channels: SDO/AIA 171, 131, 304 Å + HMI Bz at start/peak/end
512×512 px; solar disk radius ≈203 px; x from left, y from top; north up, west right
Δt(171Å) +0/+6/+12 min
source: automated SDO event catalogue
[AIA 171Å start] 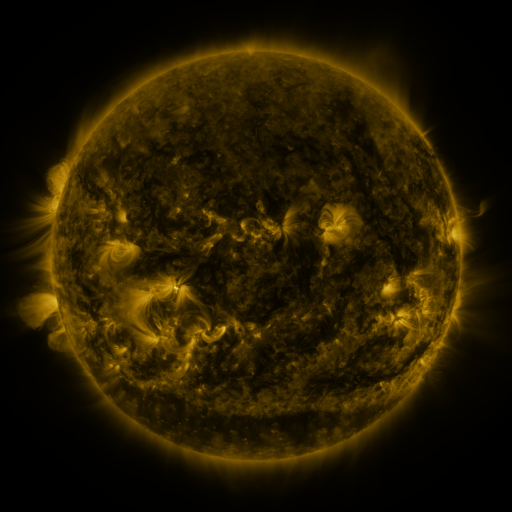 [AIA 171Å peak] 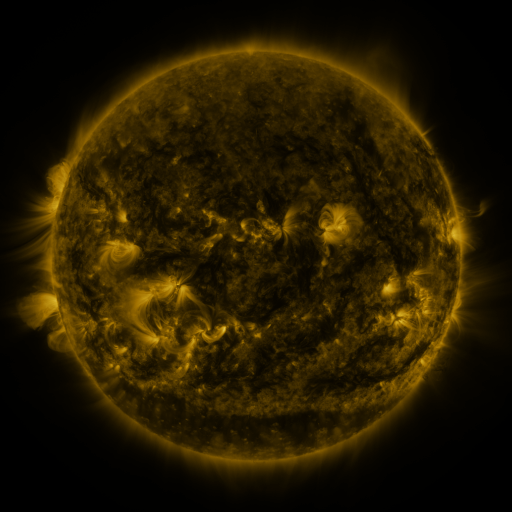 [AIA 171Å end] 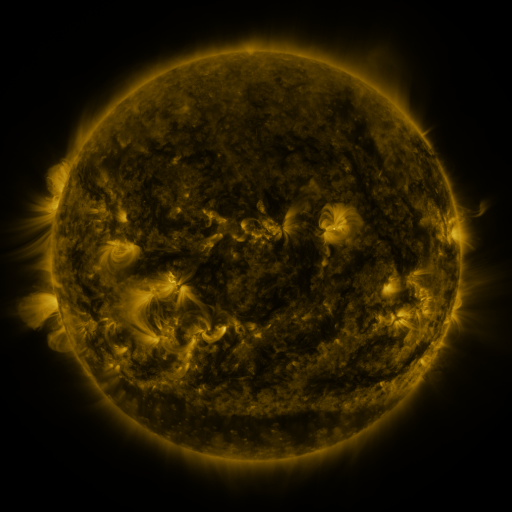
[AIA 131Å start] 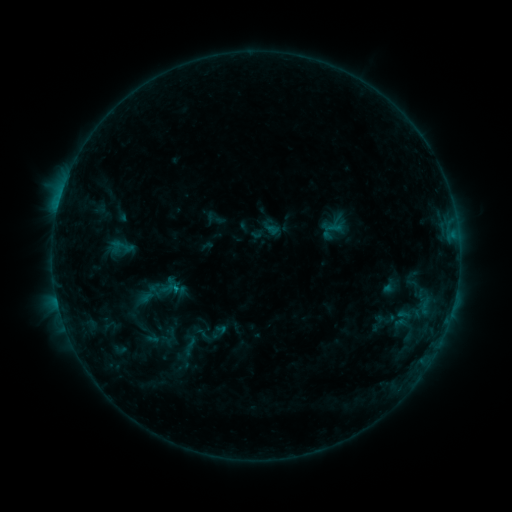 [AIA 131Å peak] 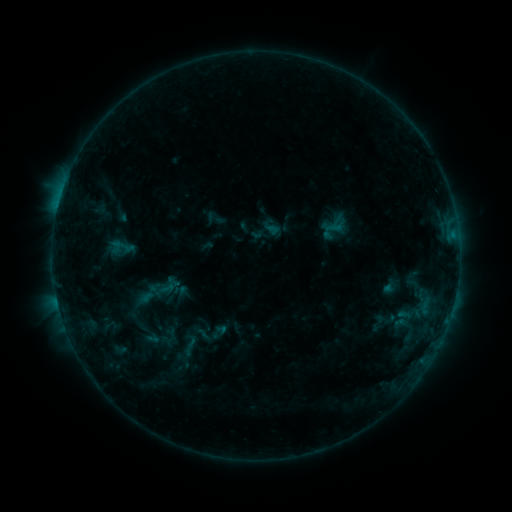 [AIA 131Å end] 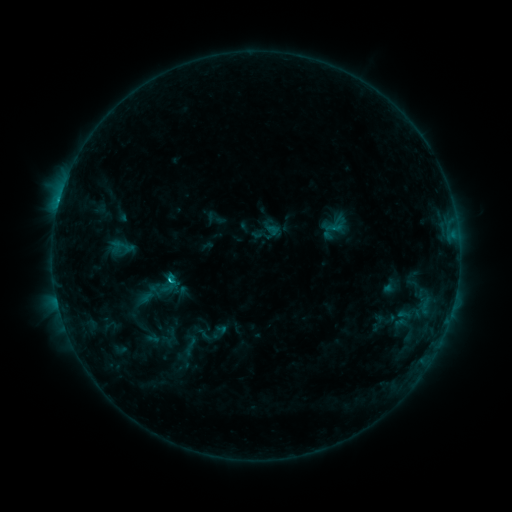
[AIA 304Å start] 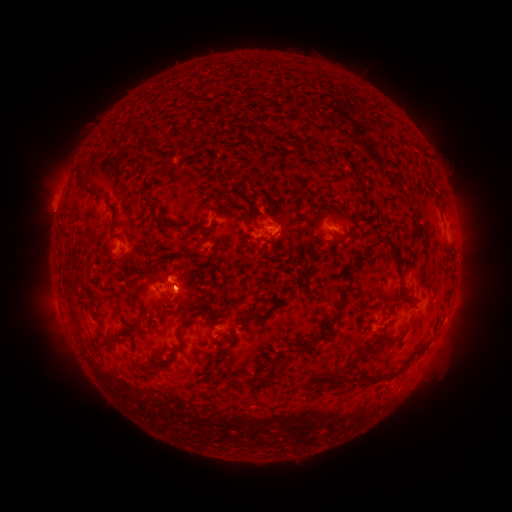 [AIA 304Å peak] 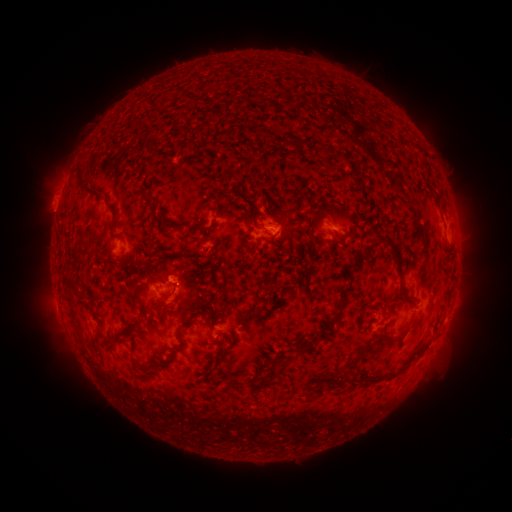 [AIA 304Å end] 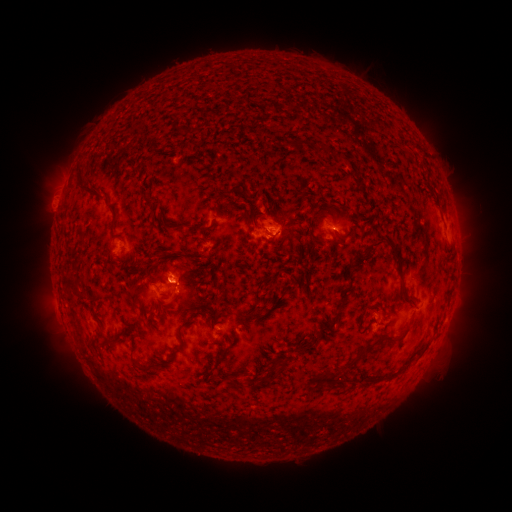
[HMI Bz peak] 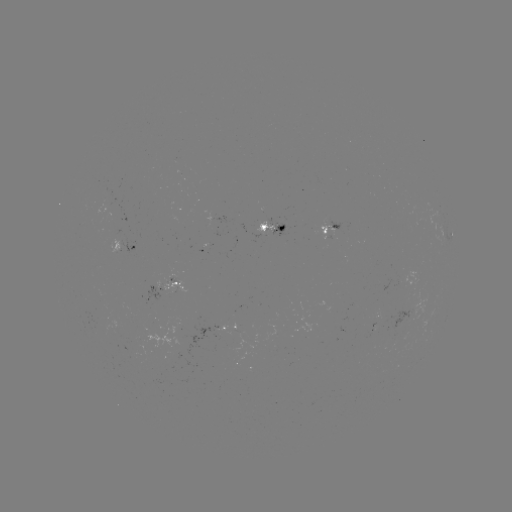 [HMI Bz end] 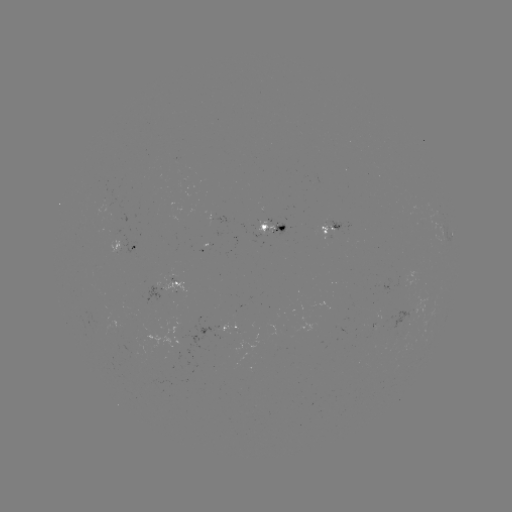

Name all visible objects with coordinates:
eruption: (173, 275)
